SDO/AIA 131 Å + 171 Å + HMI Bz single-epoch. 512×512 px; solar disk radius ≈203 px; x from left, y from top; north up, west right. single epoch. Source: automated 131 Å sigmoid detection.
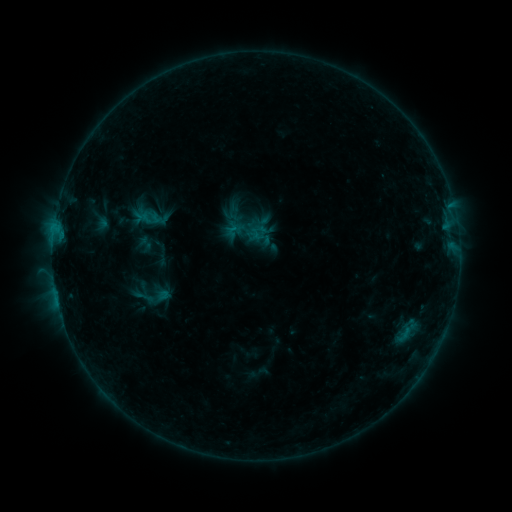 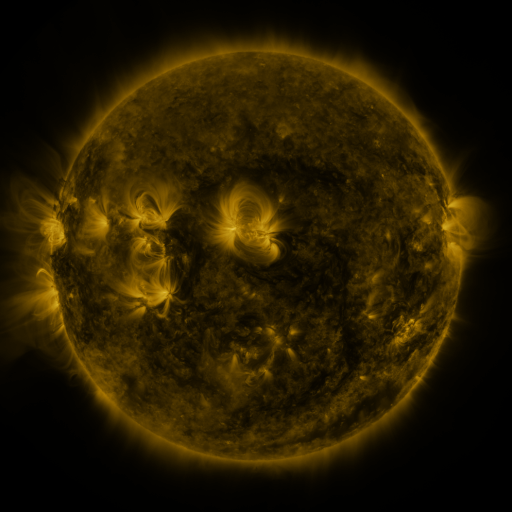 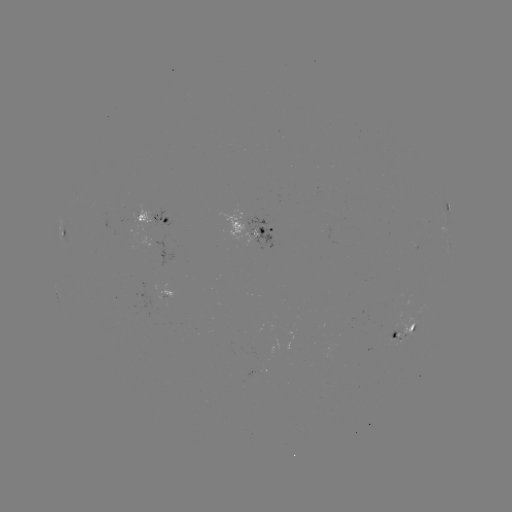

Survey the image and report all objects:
sigmoid: (144, 297)
